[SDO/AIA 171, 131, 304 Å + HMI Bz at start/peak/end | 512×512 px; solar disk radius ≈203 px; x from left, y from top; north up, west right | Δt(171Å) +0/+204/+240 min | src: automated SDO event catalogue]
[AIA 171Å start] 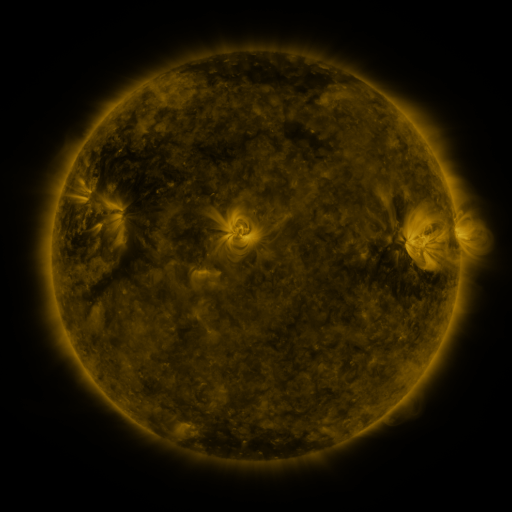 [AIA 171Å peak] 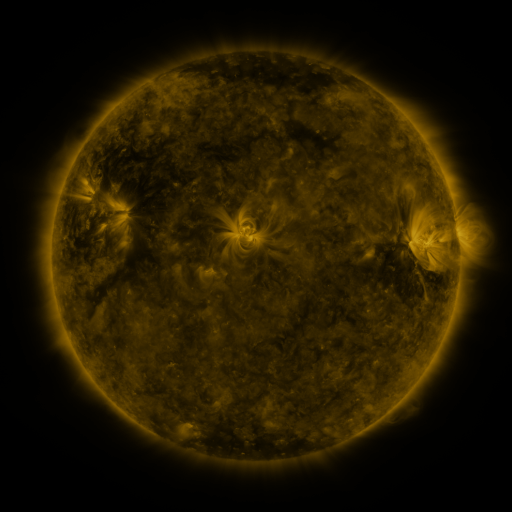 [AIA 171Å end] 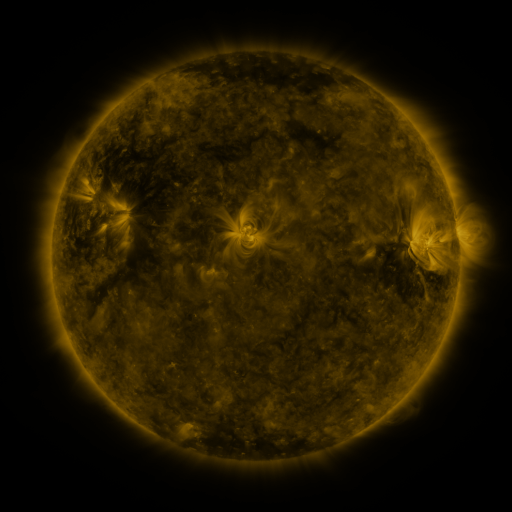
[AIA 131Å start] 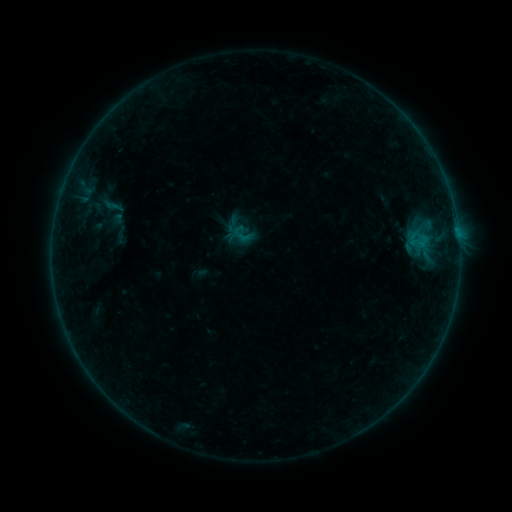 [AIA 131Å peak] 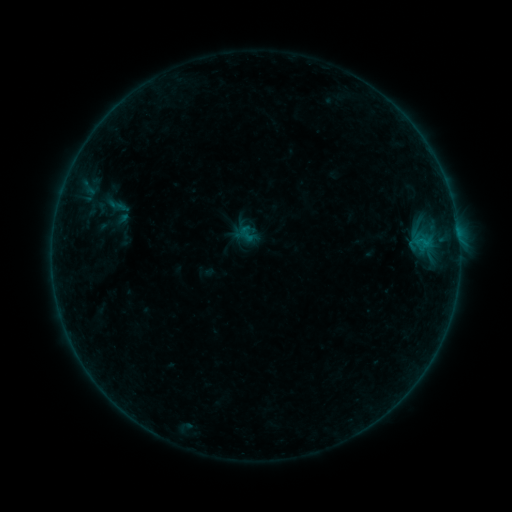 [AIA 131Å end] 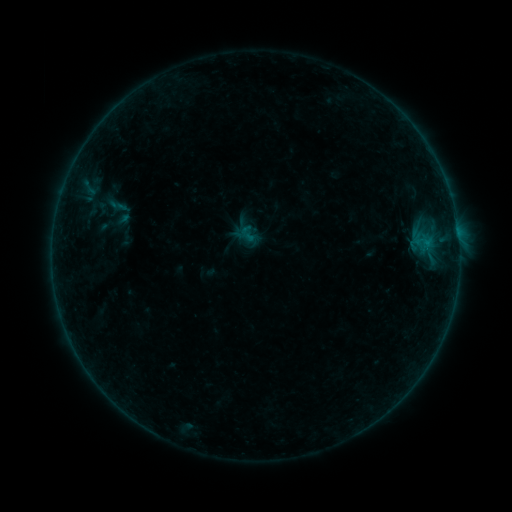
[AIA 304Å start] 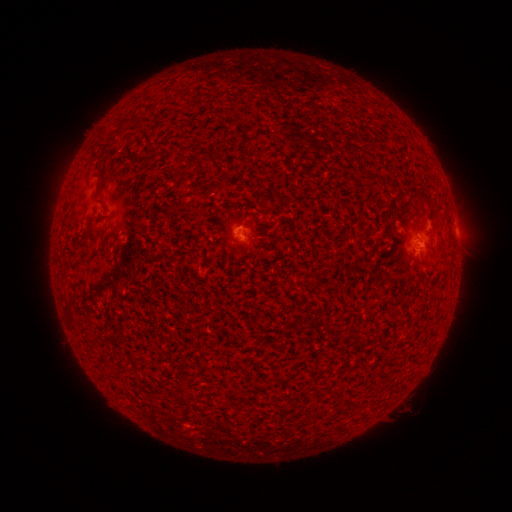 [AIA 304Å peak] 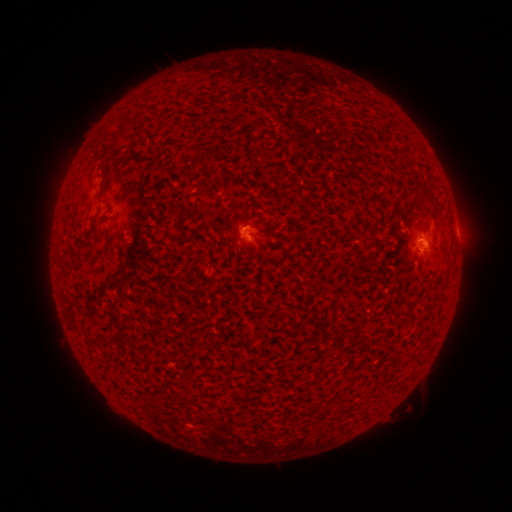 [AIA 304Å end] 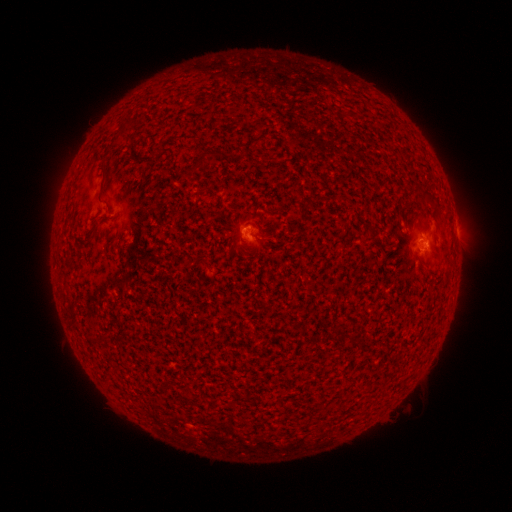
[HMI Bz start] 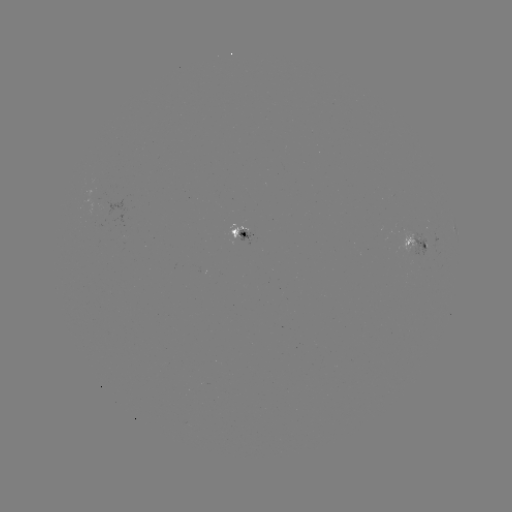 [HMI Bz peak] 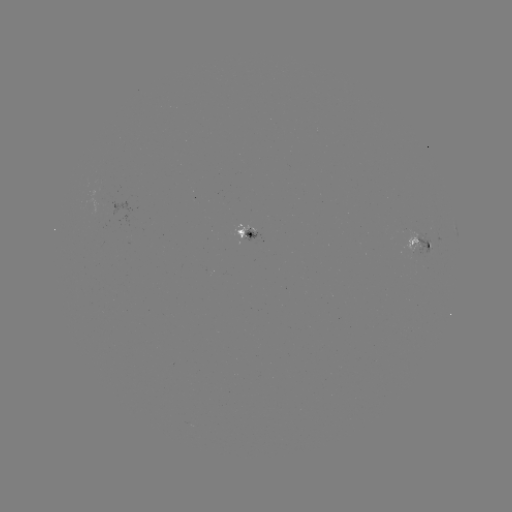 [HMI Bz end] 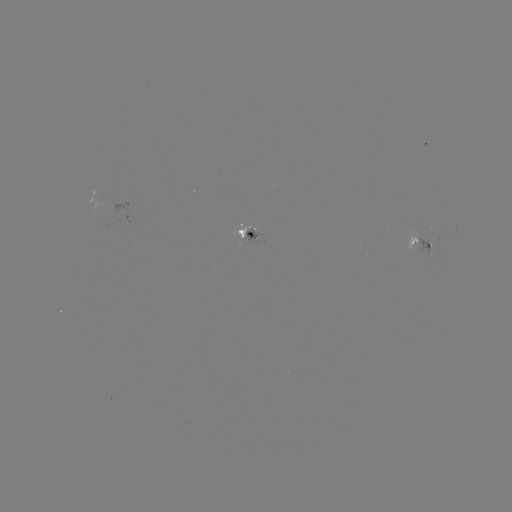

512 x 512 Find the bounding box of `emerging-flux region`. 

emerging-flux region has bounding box [91, 190, 107, 226].